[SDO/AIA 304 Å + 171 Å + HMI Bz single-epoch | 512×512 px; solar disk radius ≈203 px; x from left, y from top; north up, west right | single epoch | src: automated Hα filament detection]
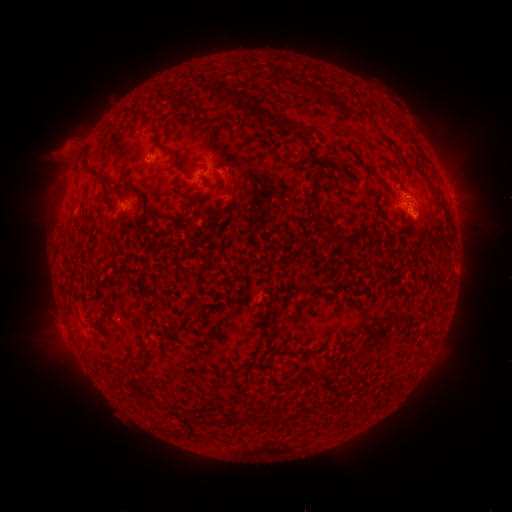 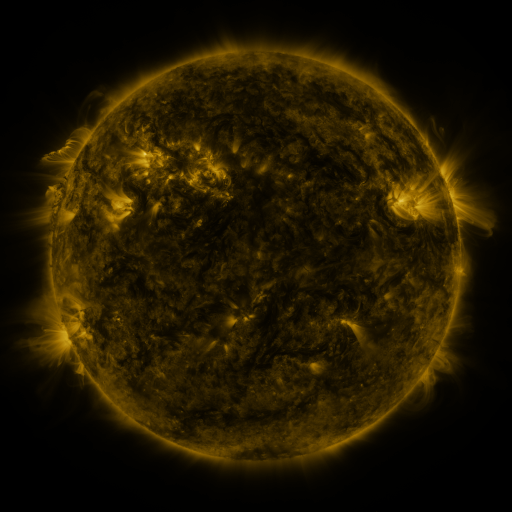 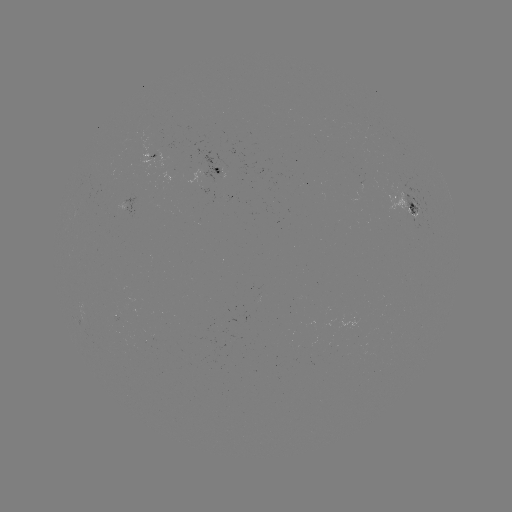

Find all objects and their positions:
filament: (300, 81, 310, 94)
filament: (214, 82, 234, 102)
filament: (318, 92, 332, 103)
filament: (164, 93, 195, 112)
filament: (238, 101, 300, 136)
filament: (344, 108, 354, 117)
filament: (369, 123, 396, 147)
filament: (301, 125, 316, 142)
filament: (400, 125, 409, 134)
filament: (154, 137, 182, 170)
filament: (339, 143, 366, 167)
filament: (80, 156, 105, 184)
filament: (383, 160, 392, 171)
filament: (189, 163, 201, 170)
filament: (306, 163, 336, 217)
filament: (225, 173, 233, 186)
filament: (114, 180, 123, 196)
filament: (174, 180, 198, 195)
filament: (130, 183, 143, 200)
filament: (435, 189, 443, 198)
filament: (325, 226, 349, 246)
filament: (424, 246, 433, 255)
filament: (299, 263, 314, 278)
filament: (263, 300, 271, 309)
filament: (280, 310, 291, 319)
filament: (271, 411, 285, 424)
filament: (189, 413, 253, 425)
